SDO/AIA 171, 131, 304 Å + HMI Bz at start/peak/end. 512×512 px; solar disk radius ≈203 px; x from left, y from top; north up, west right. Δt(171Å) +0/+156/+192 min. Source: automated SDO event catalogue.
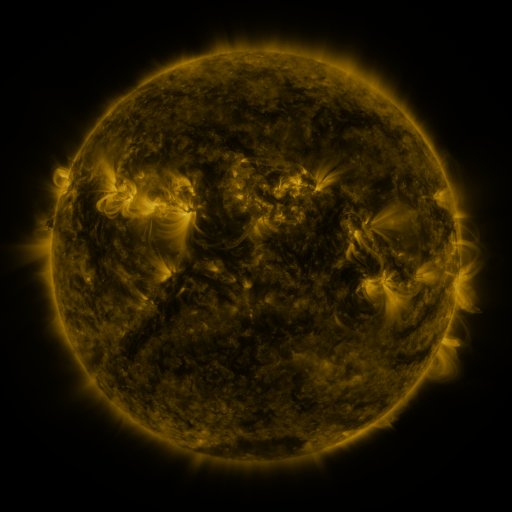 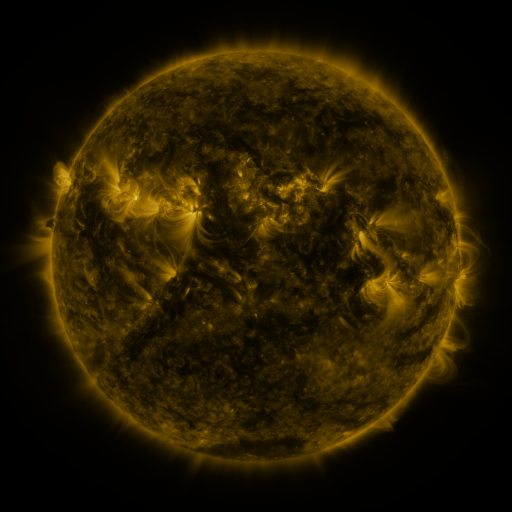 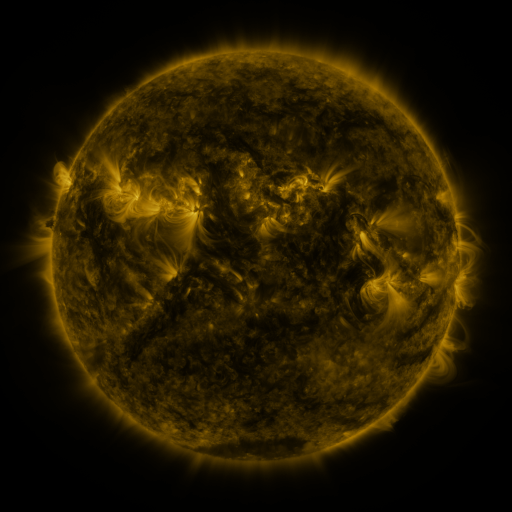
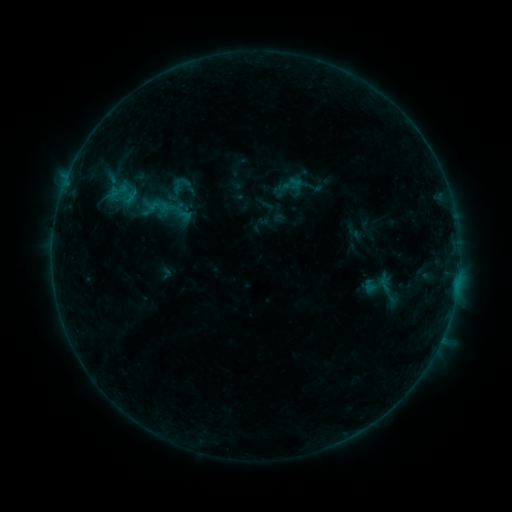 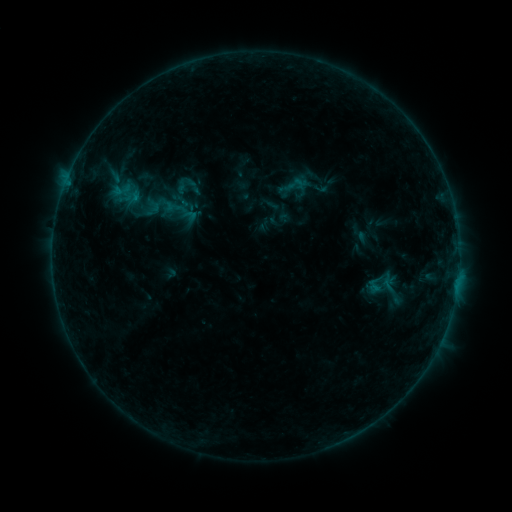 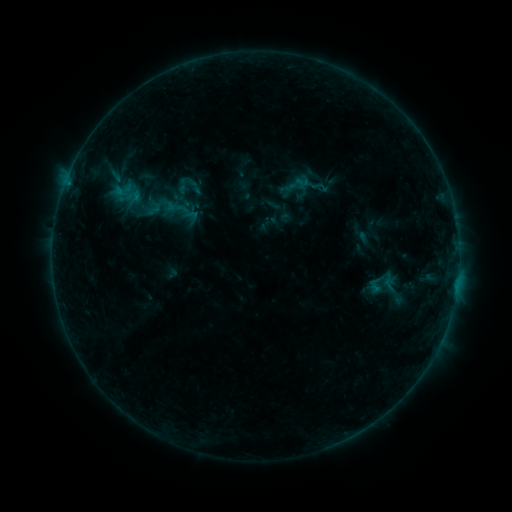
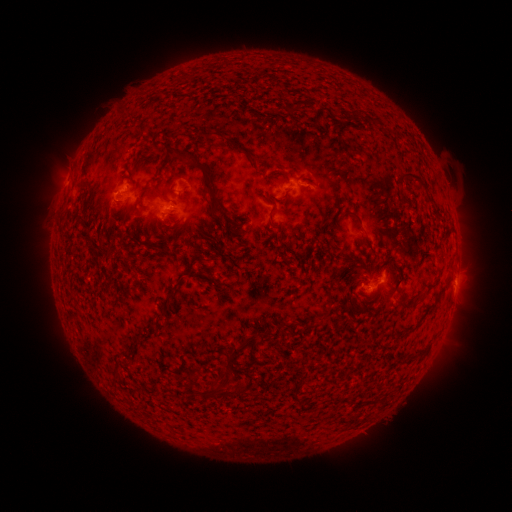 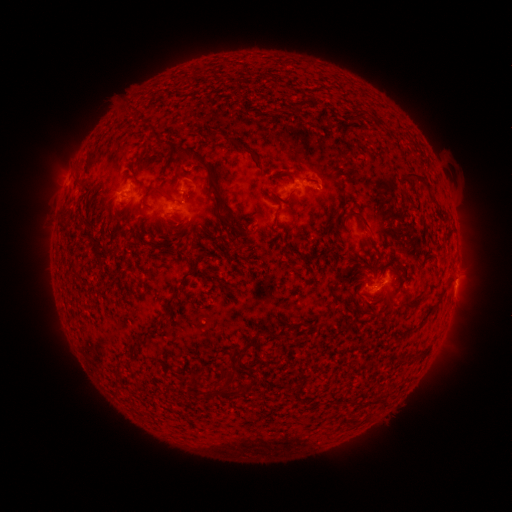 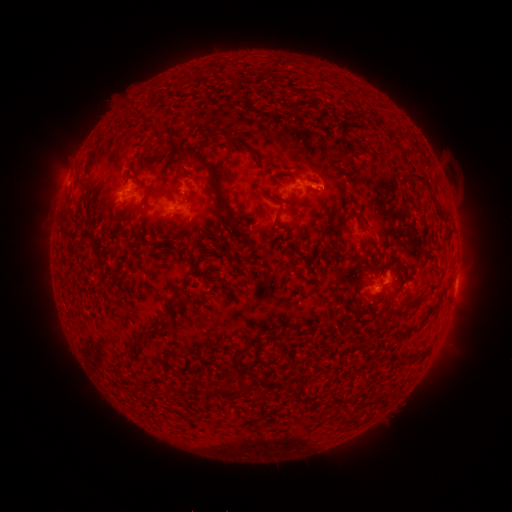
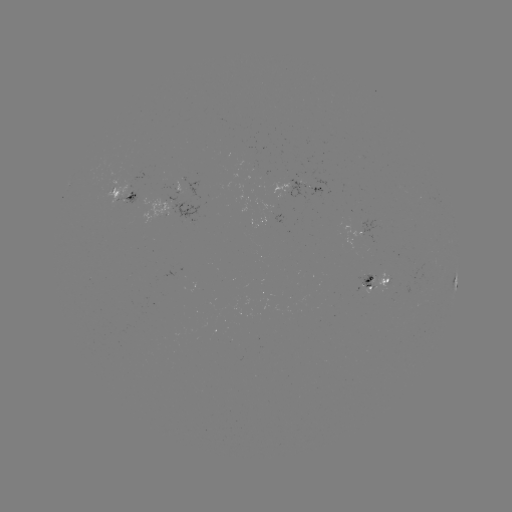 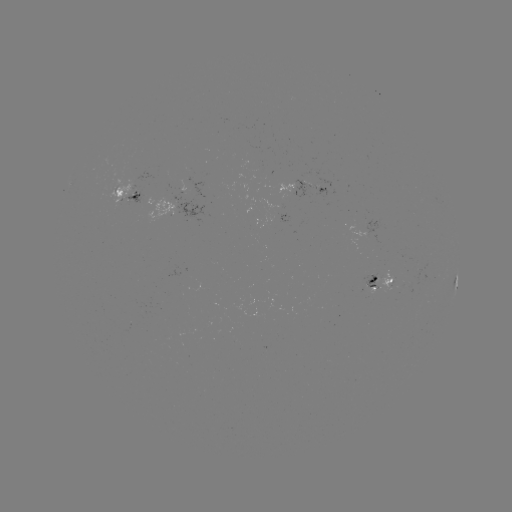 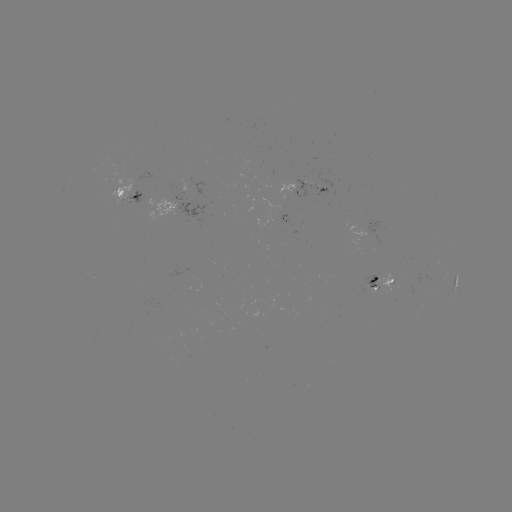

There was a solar emerging-flux region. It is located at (127, 189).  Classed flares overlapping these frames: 1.